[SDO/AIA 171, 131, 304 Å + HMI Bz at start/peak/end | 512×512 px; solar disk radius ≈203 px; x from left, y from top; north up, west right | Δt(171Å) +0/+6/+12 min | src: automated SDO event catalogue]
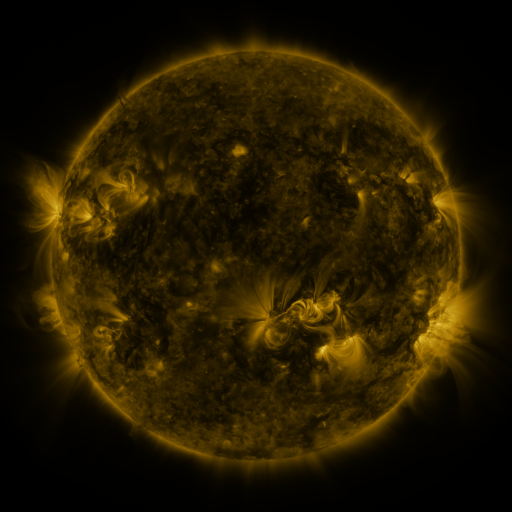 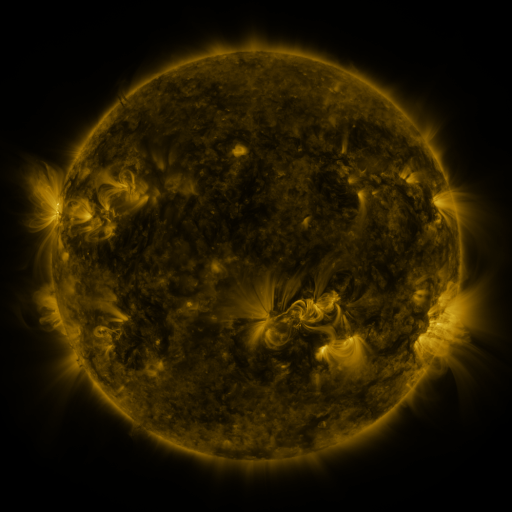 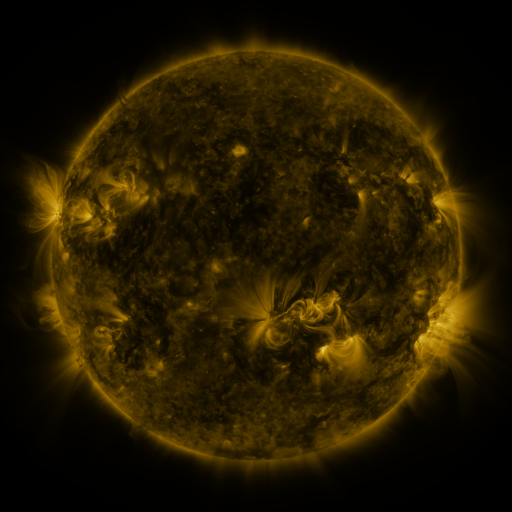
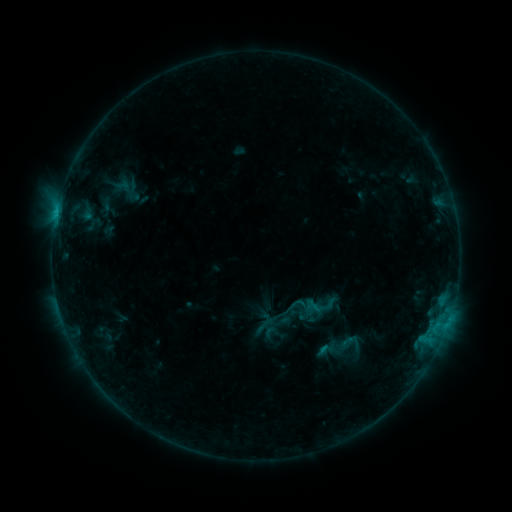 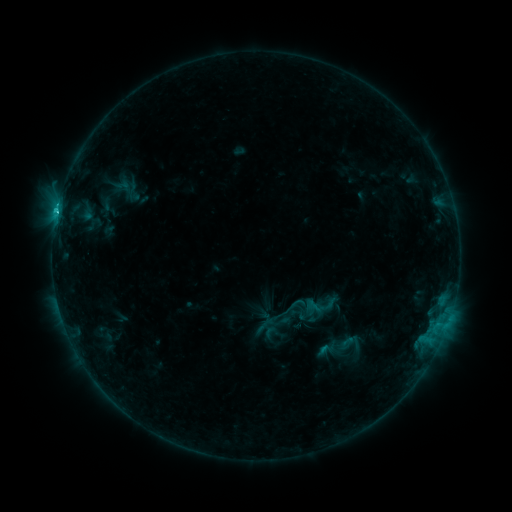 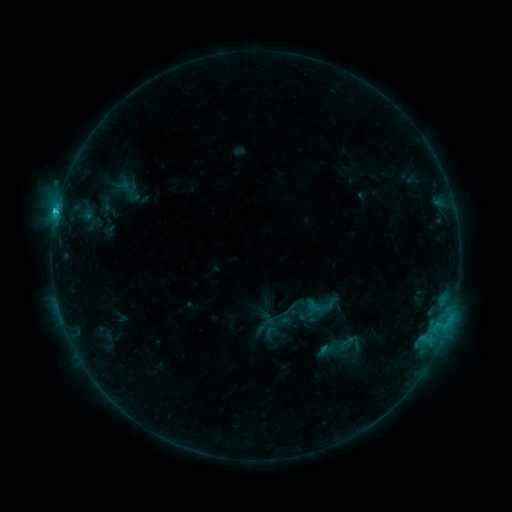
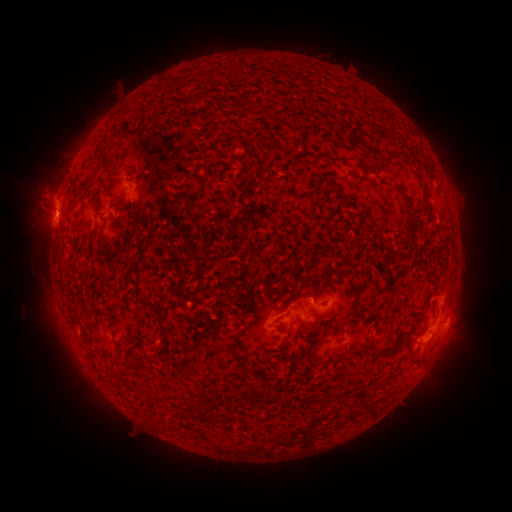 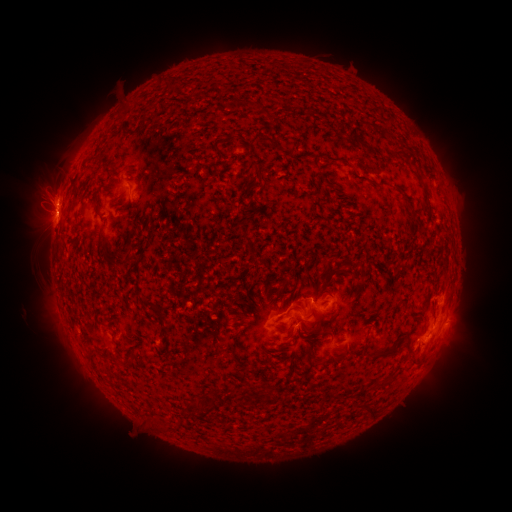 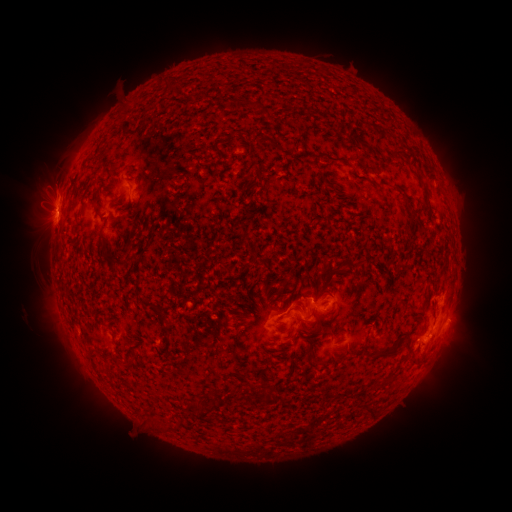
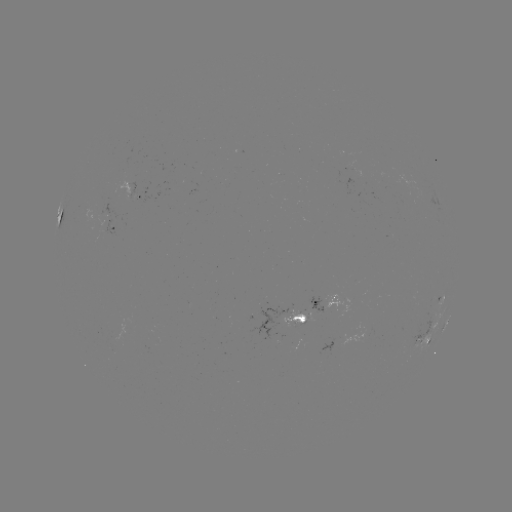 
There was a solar flare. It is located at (57, 213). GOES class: C2.1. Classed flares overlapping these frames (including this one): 1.